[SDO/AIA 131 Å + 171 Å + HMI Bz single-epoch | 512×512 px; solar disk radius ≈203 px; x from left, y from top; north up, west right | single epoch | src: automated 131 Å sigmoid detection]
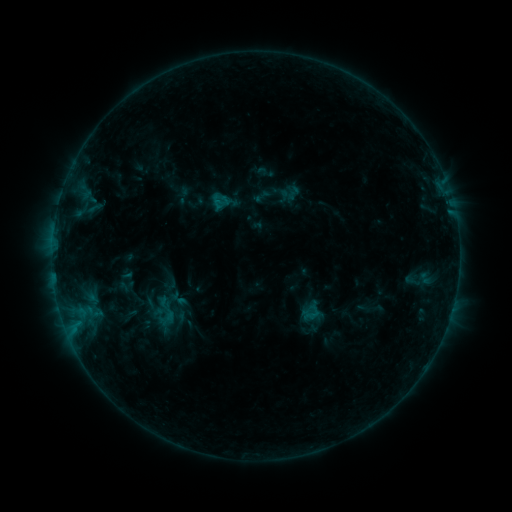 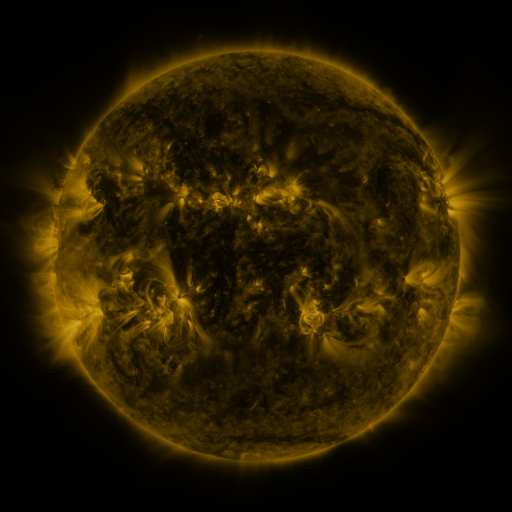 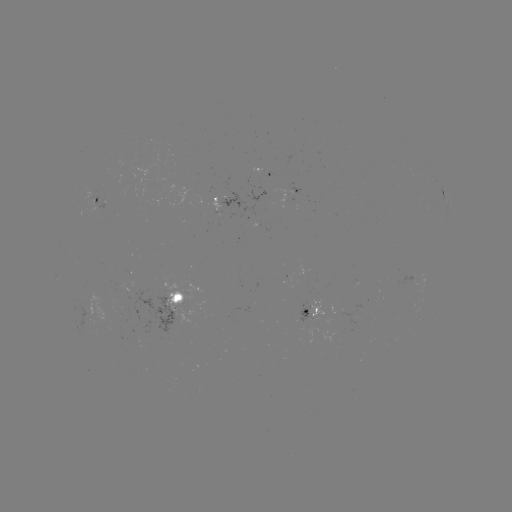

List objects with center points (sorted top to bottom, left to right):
sigmoid: (262, 196)
sigmoid: (413, 279)
sigmoid: (168, 312)
